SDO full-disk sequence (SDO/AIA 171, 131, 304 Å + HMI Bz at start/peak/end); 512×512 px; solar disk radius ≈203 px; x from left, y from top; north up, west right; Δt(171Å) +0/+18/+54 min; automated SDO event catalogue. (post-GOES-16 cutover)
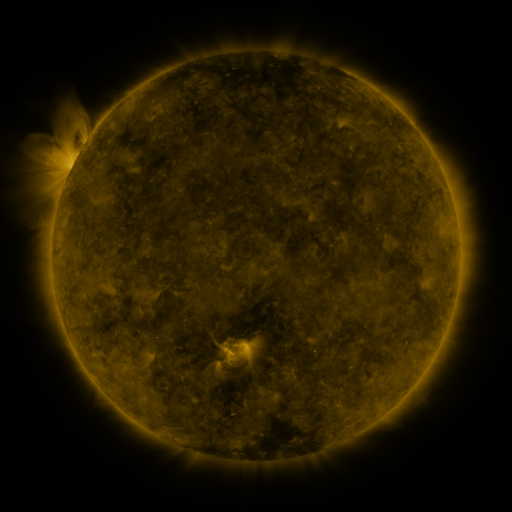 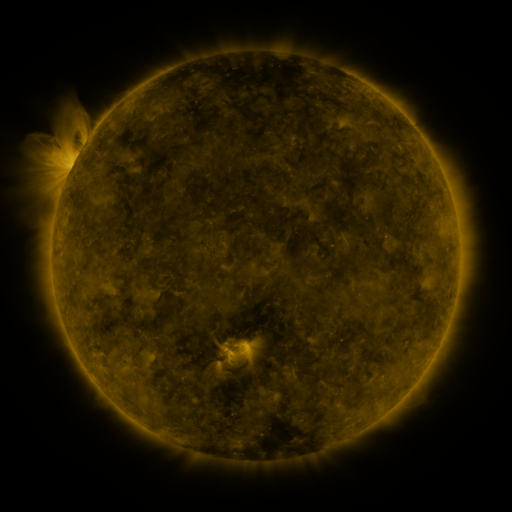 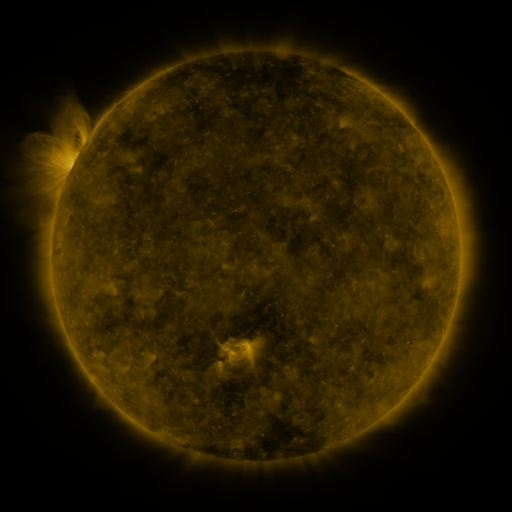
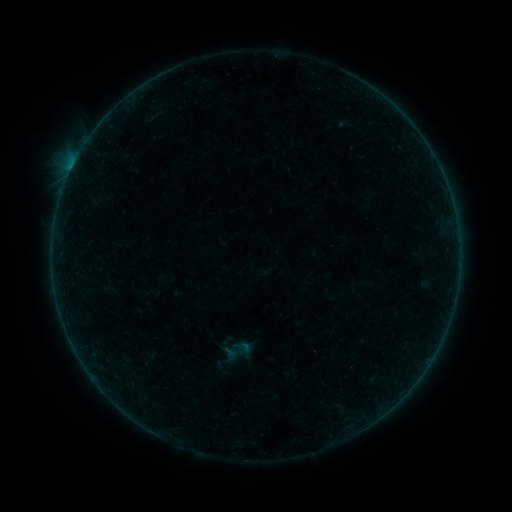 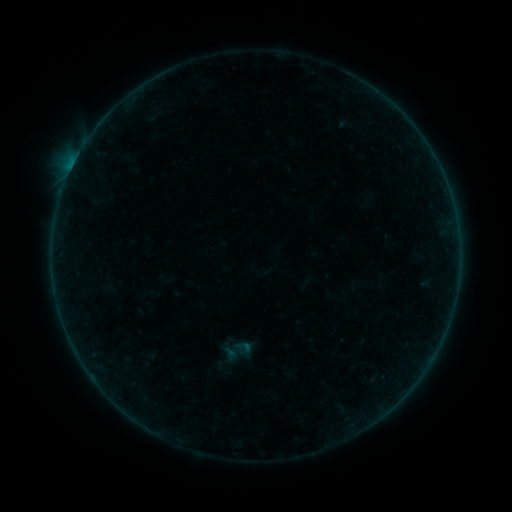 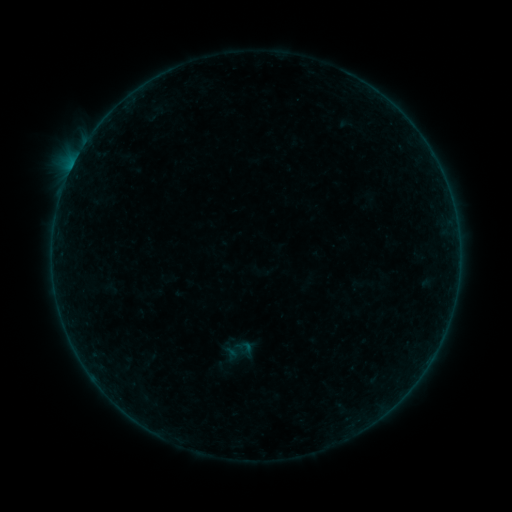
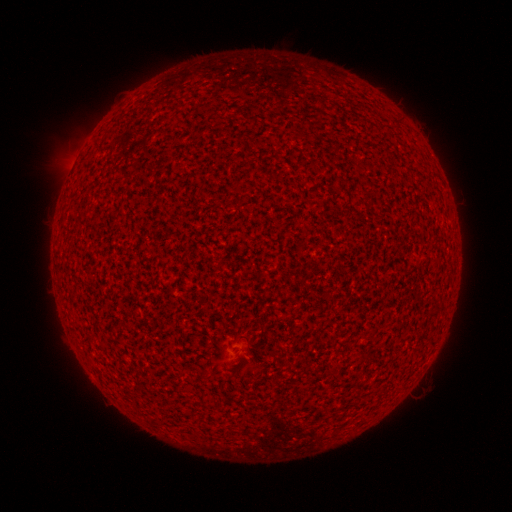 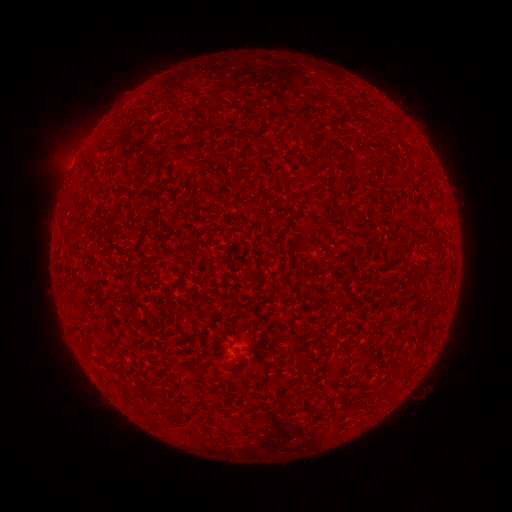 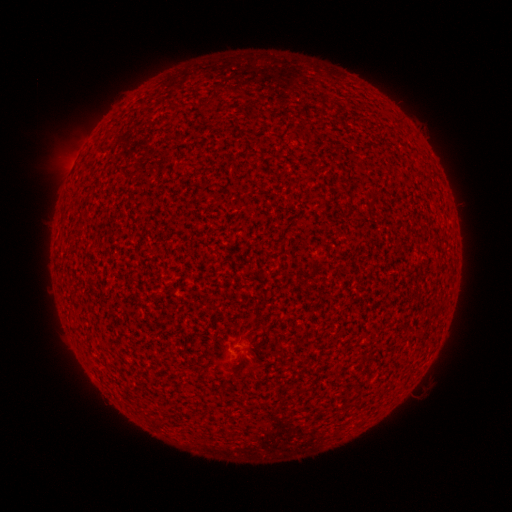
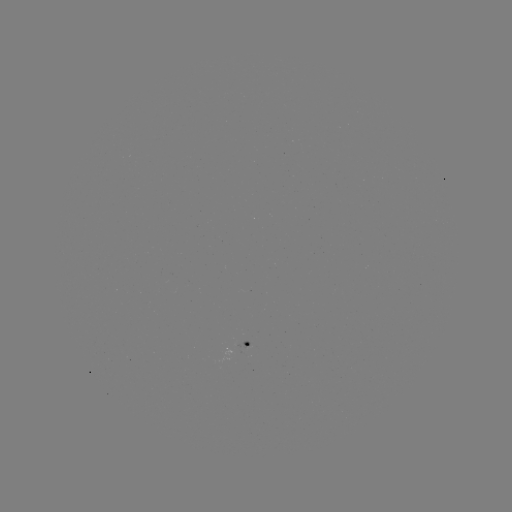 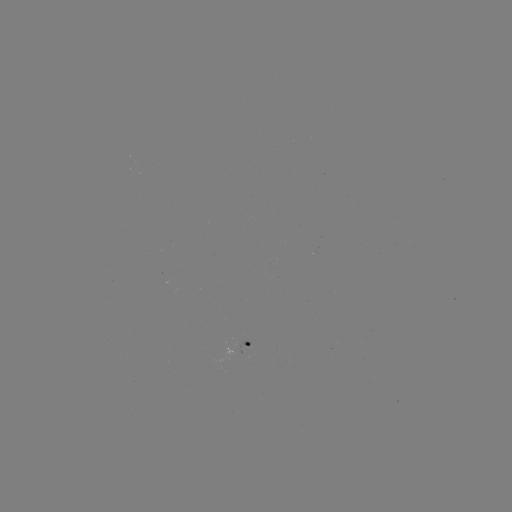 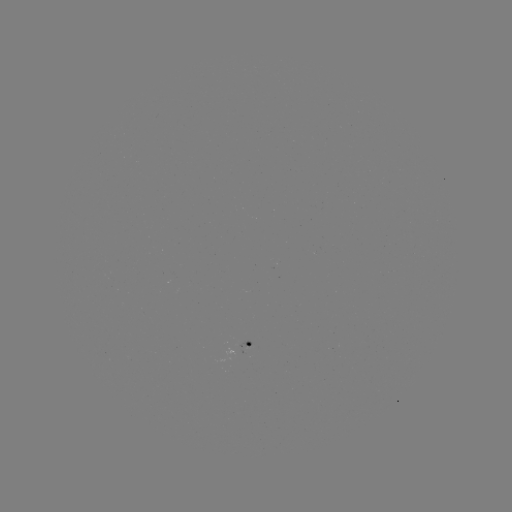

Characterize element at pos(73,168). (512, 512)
A4.7 flare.